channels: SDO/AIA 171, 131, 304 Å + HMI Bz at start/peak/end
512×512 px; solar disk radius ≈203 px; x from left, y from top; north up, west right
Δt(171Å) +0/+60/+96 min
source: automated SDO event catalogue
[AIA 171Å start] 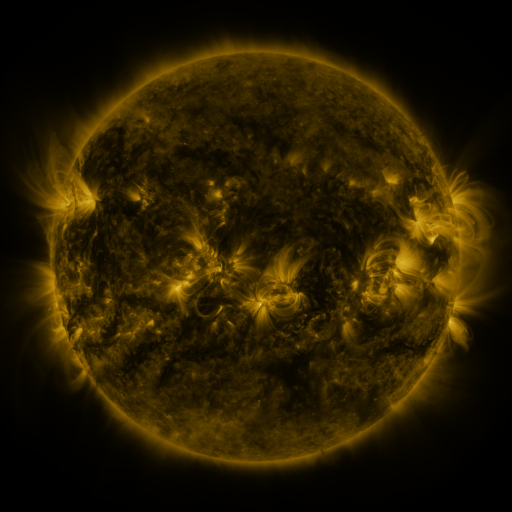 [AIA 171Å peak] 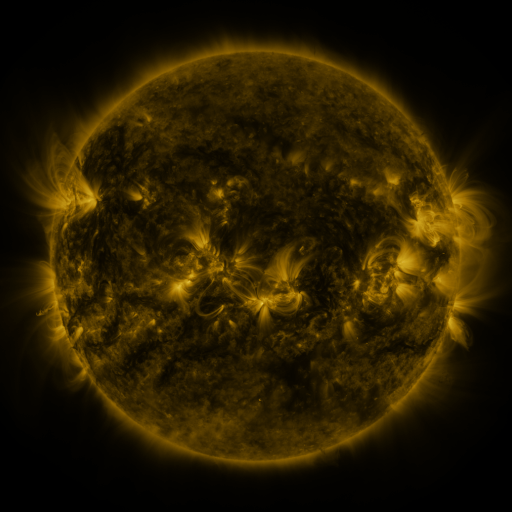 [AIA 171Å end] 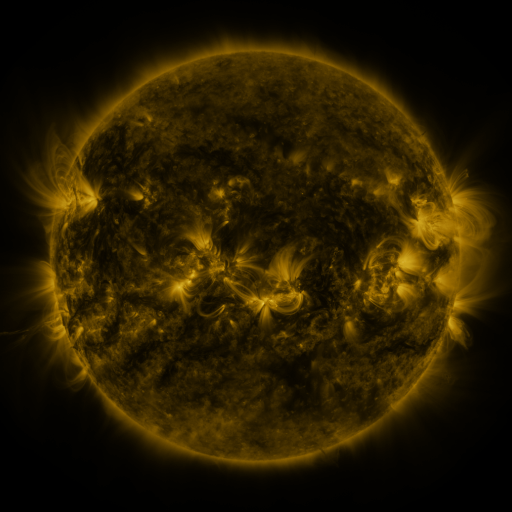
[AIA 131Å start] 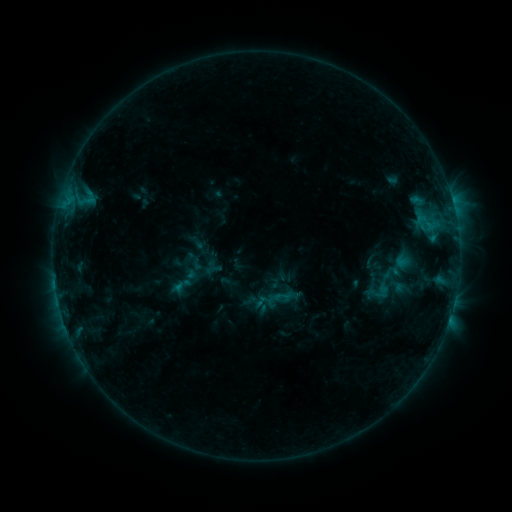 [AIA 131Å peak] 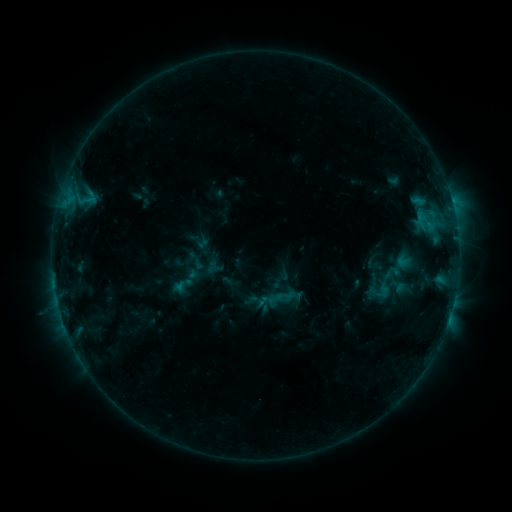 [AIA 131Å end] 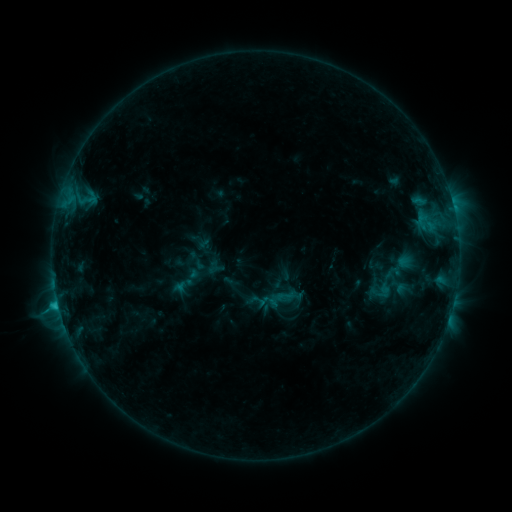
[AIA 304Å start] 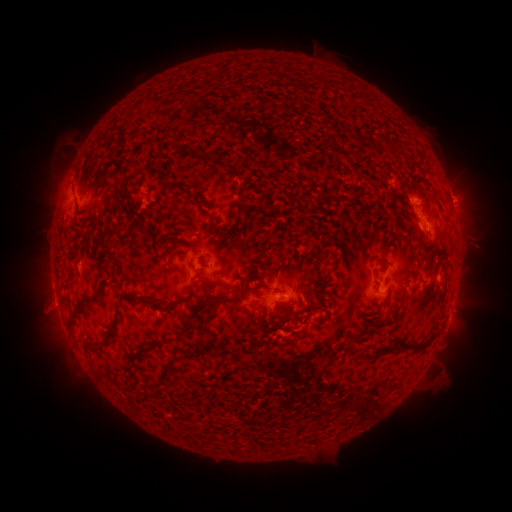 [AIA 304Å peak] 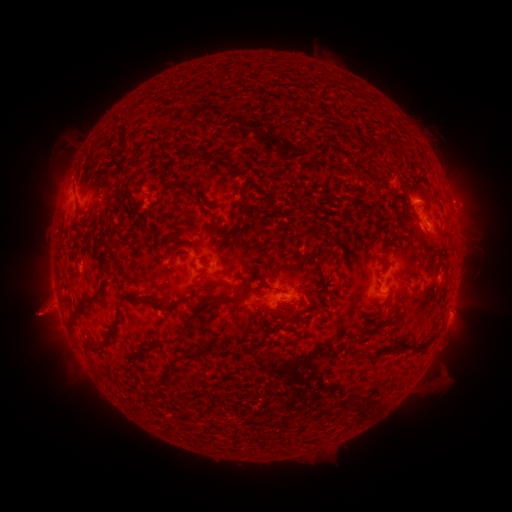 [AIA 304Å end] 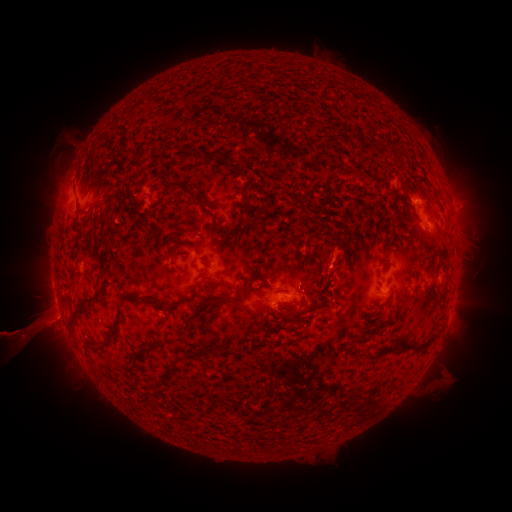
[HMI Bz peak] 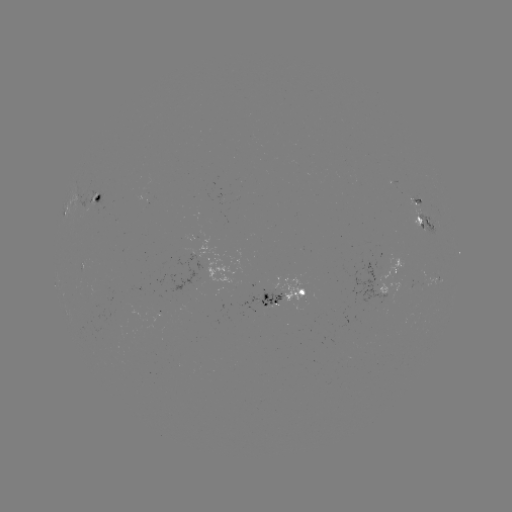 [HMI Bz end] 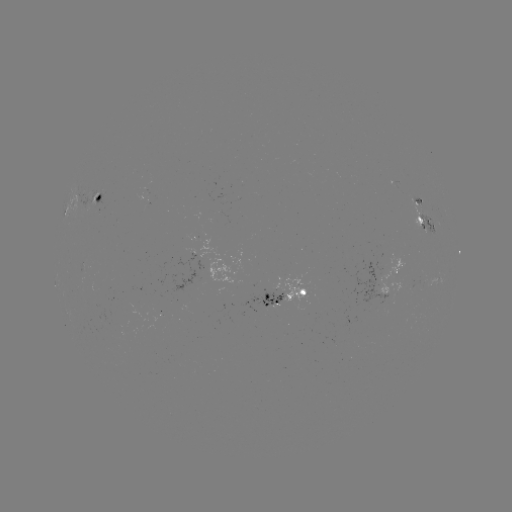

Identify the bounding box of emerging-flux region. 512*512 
[377, 300, 386, 317].